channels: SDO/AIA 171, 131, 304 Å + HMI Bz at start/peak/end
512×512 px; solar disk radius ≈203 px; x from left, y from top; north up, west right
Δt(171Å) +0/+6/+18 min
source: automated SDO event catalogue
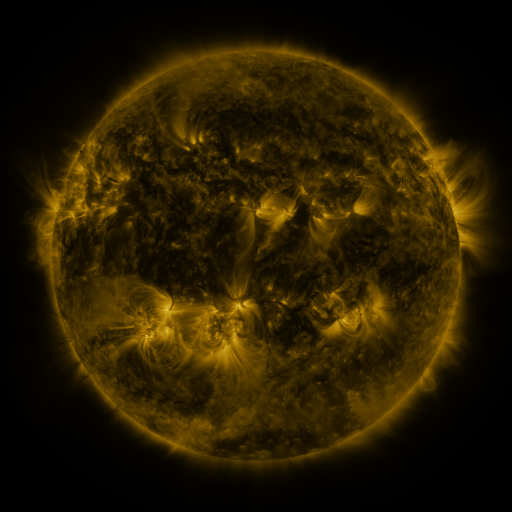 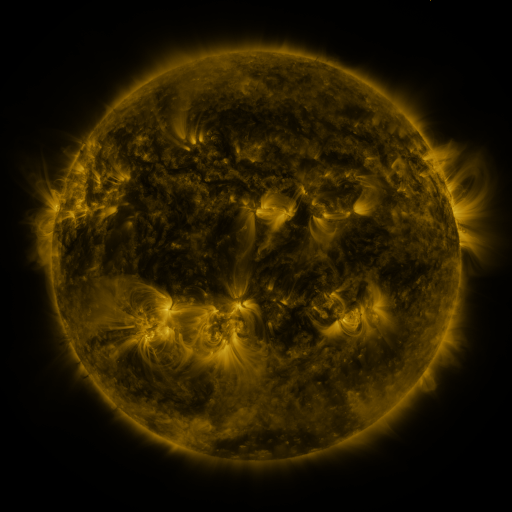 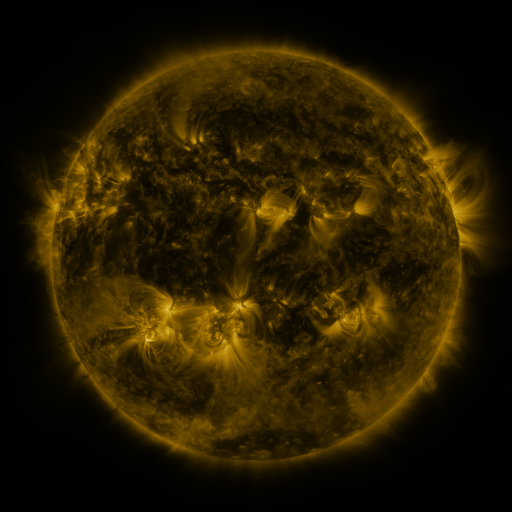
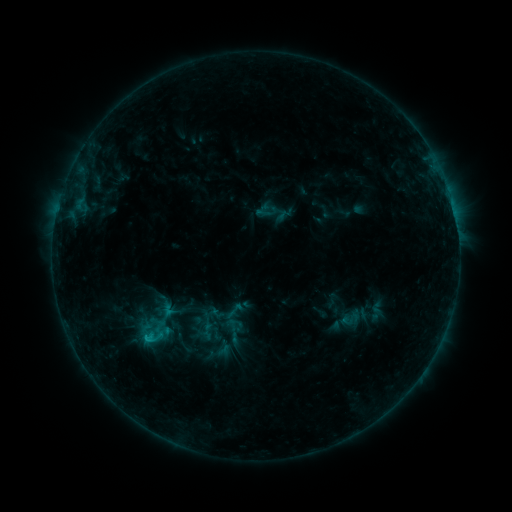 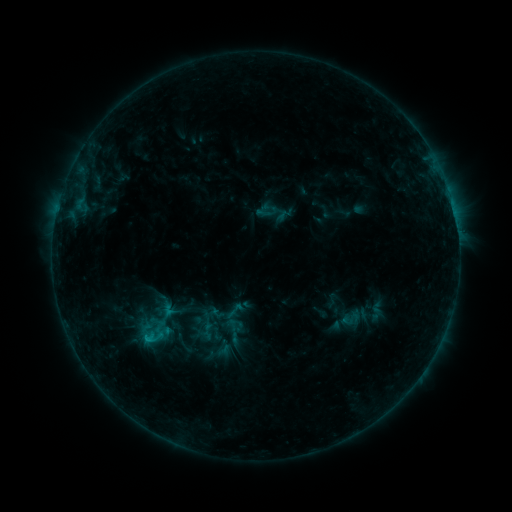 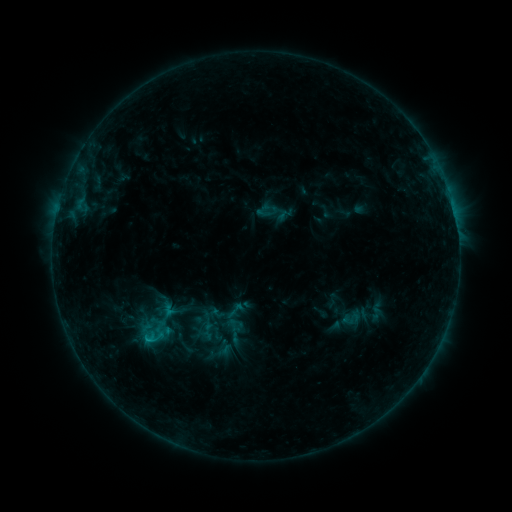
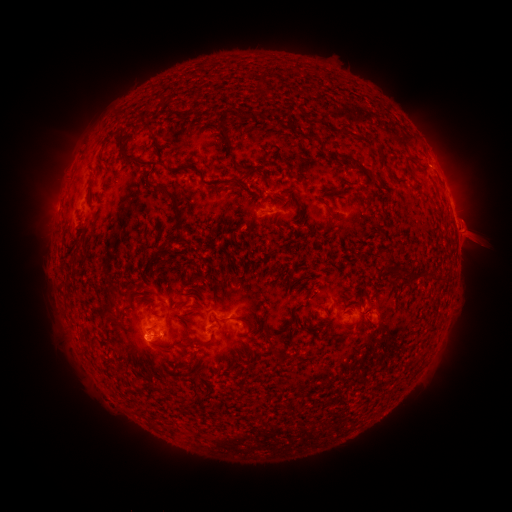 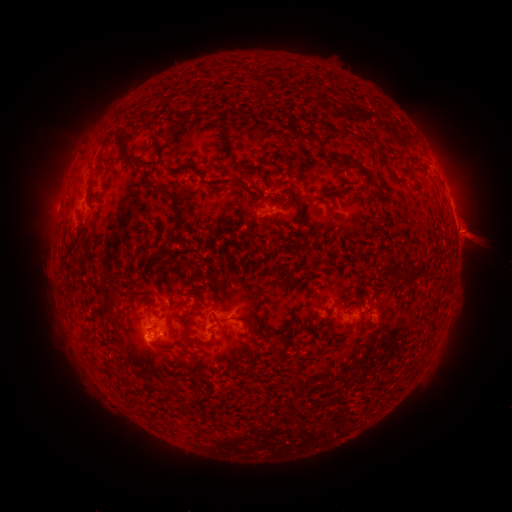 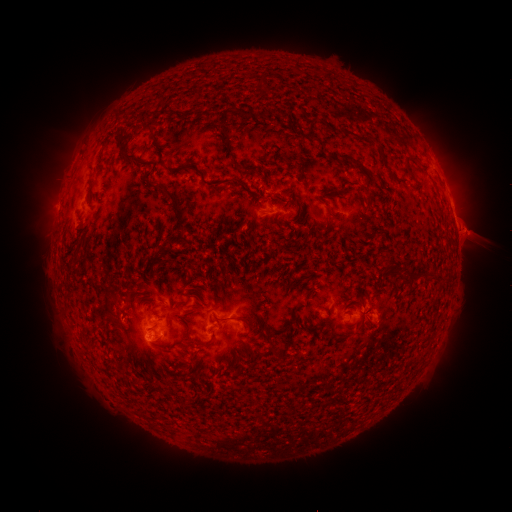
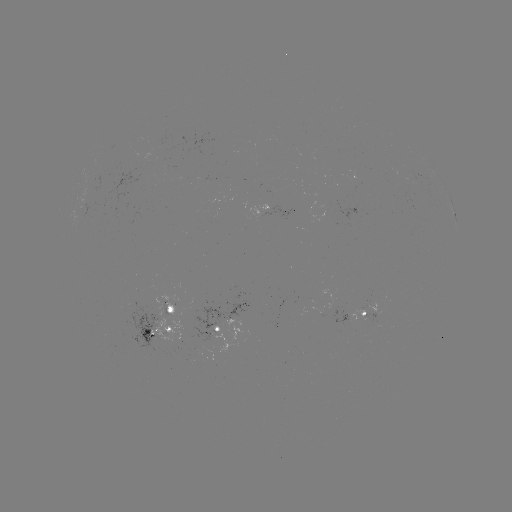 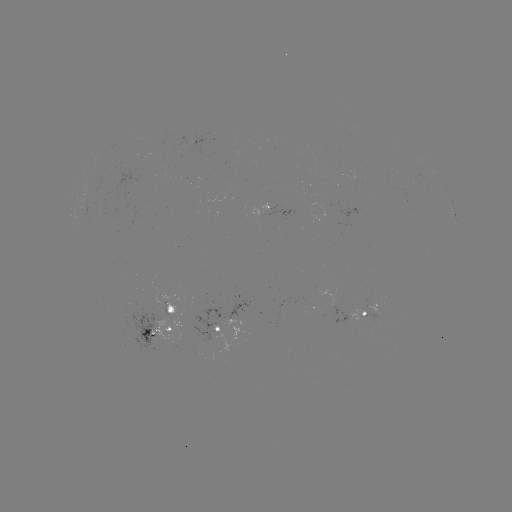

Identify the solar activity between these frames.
eruption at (476, 237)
